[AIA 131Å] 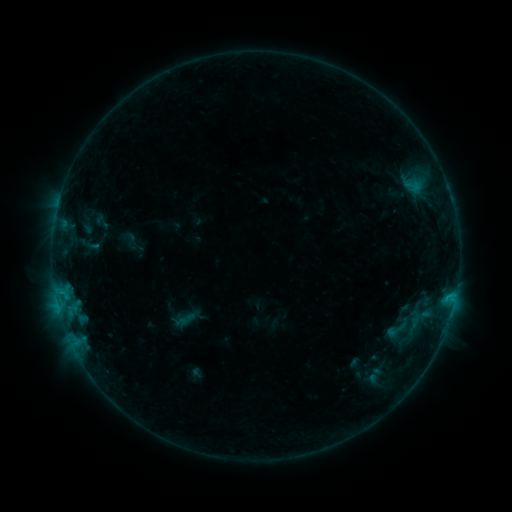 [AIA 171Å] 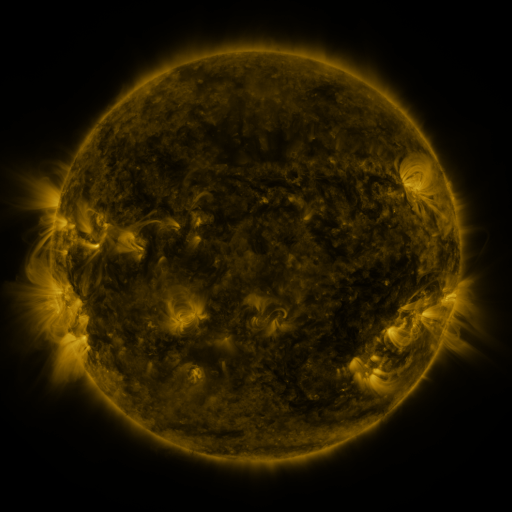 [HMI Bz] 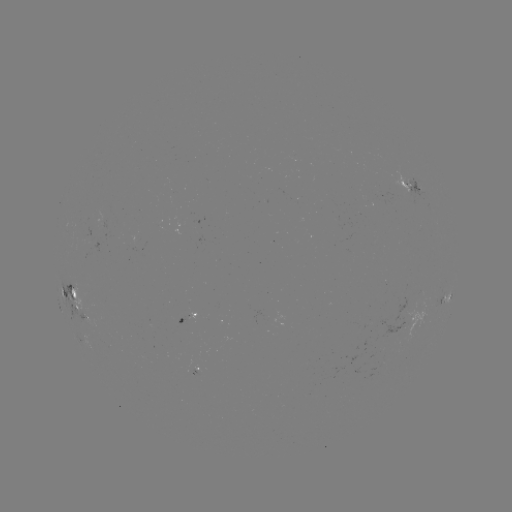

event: sigmoid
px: (398, 329)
